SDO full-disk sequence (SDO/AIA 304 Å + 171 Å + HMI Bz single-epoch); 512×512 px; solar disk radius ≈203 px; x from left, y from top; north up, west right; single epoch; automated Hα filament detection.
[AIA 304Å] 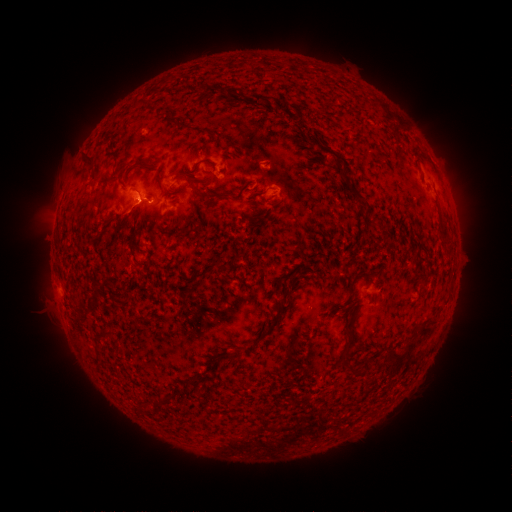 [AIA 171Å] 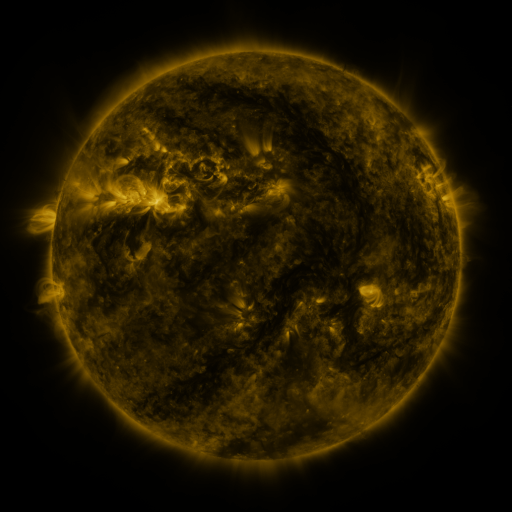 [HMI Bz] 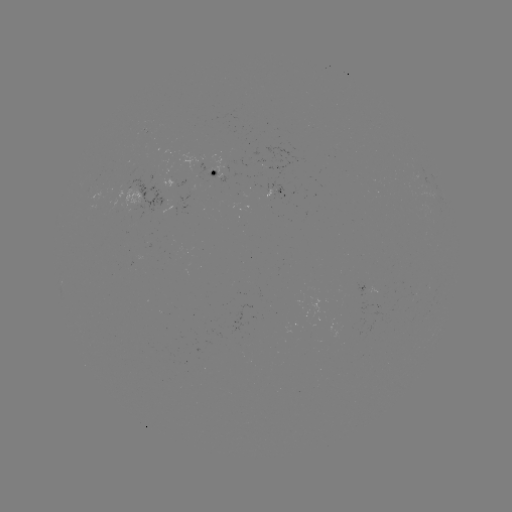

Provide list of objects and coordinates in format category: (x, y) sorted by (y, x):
filament: (213, 134)
filament: (90, 157)
filament: (190, 180)
filament: (358, 197)
filament: (444, 234)
filament: (352, 284)
filament: (267, 331)
filament: (425, 332)
filament: (102, 333)
filament: (411, 346)
filament: (346, 348)
filament: (226, 356)
filament: (393, 357)
